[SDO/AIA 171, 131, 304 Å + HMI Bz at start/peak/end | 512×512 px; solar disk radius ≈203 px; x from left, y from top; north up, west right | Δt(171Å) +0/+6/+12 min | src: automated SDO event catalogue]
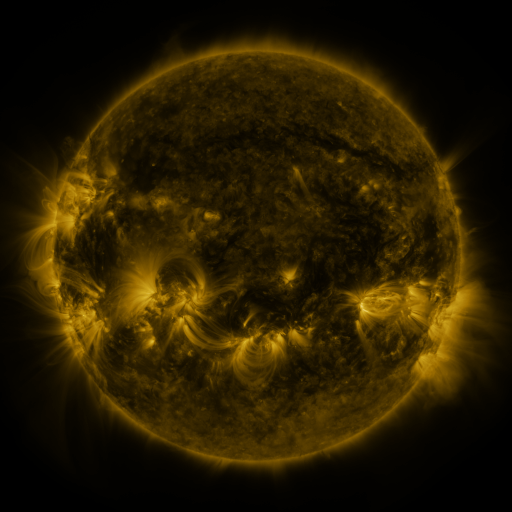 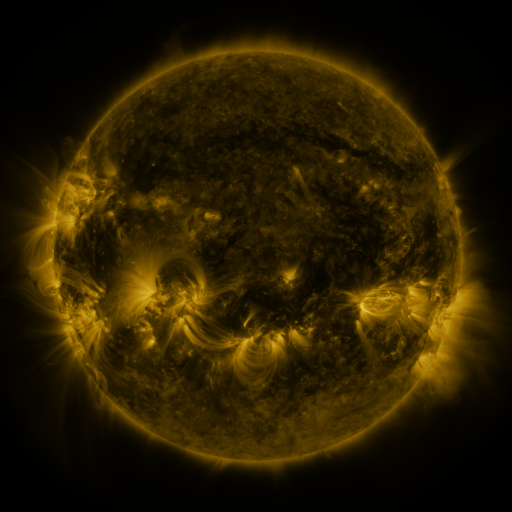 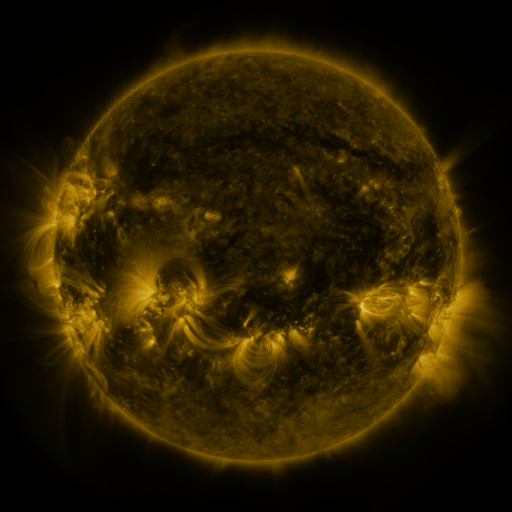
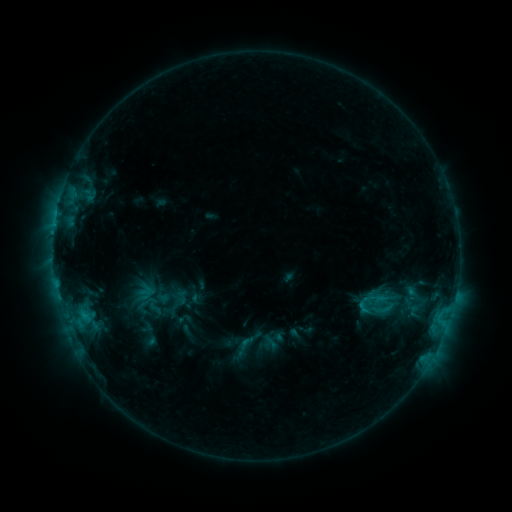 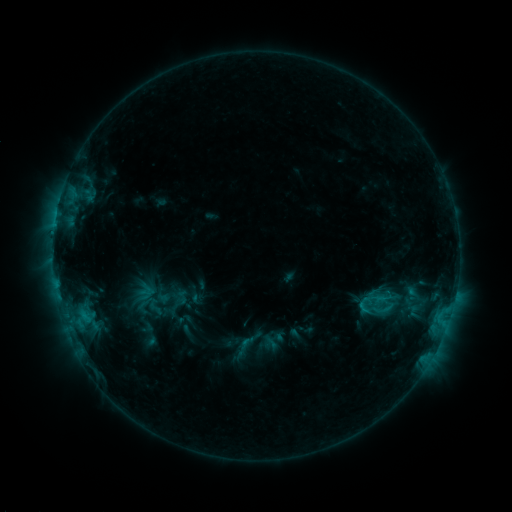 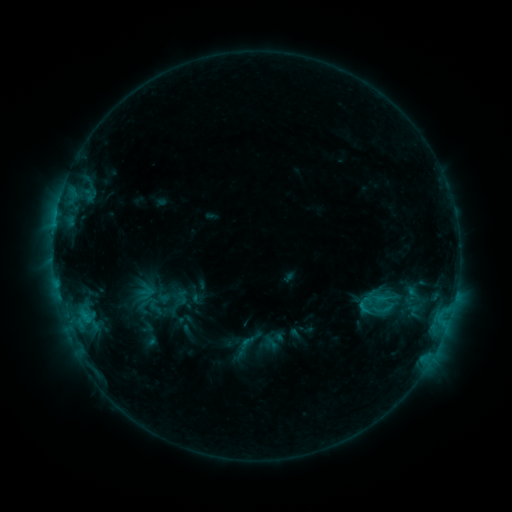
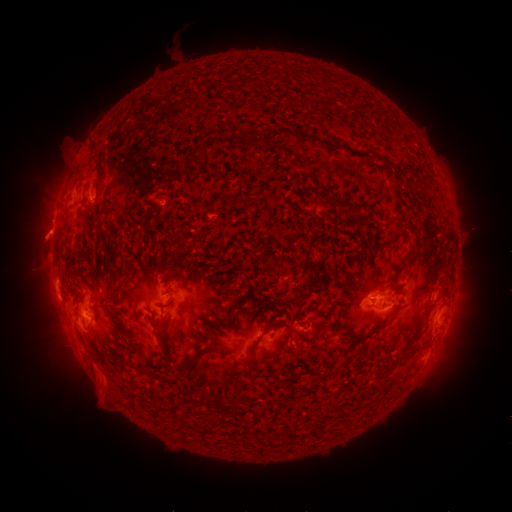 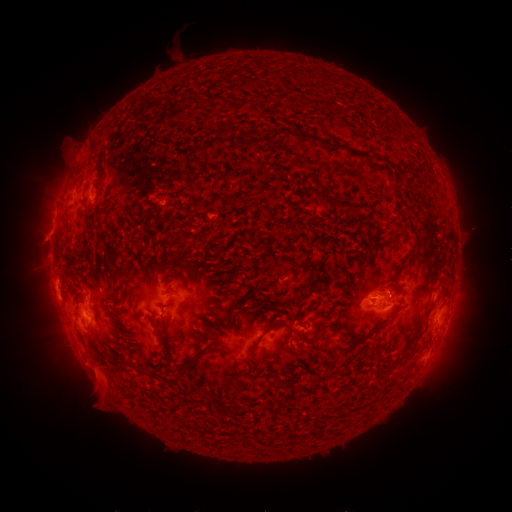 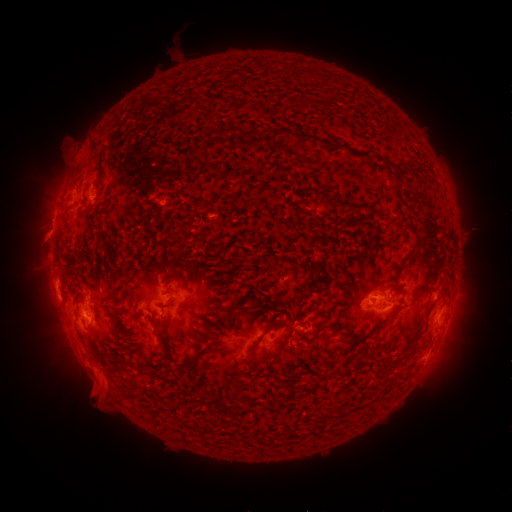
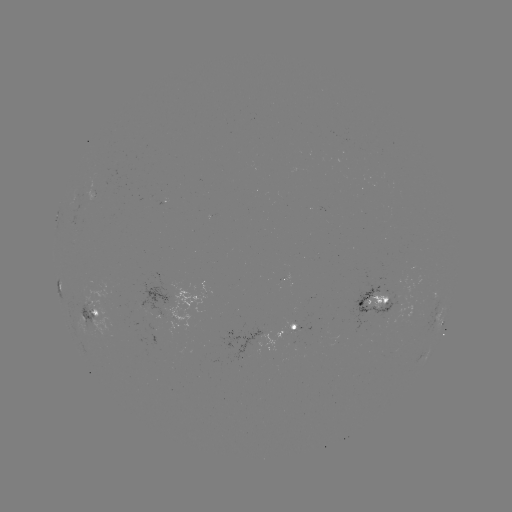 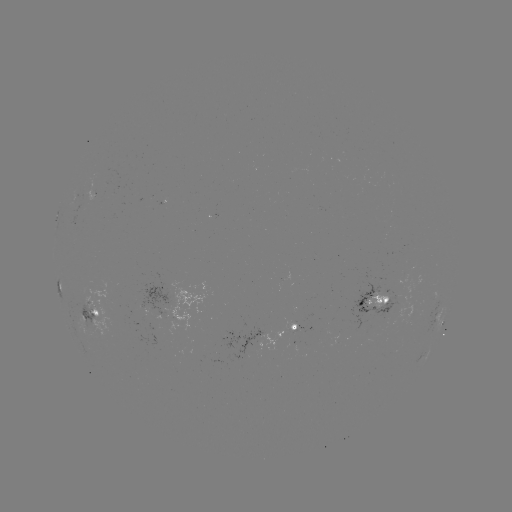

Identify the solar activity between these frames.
eruption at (86, 372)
